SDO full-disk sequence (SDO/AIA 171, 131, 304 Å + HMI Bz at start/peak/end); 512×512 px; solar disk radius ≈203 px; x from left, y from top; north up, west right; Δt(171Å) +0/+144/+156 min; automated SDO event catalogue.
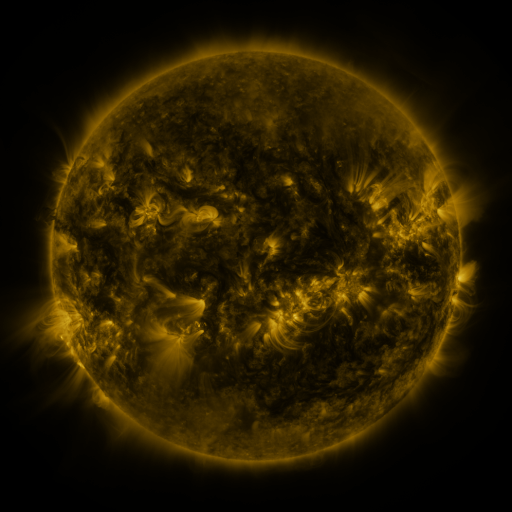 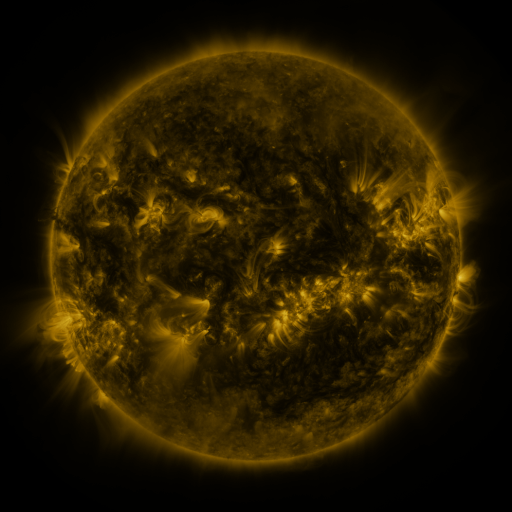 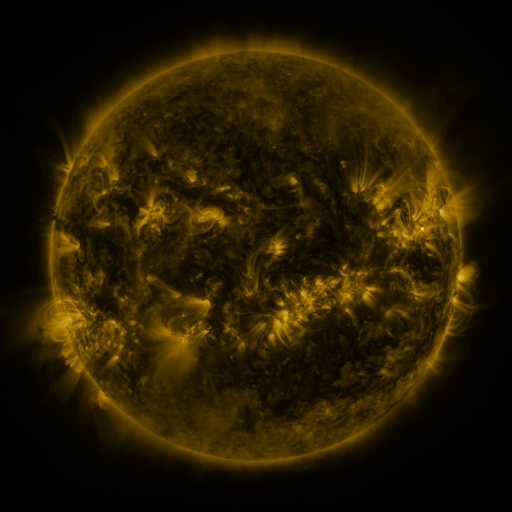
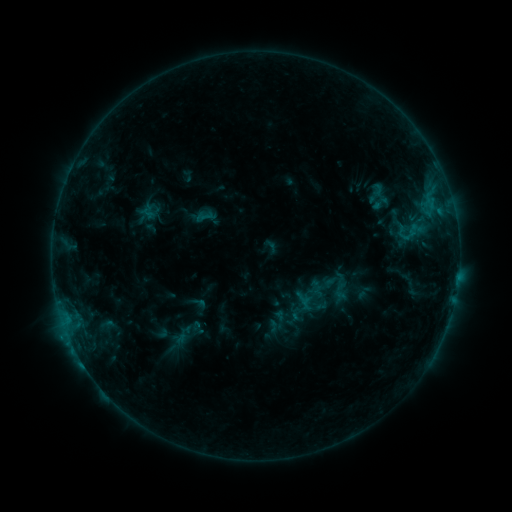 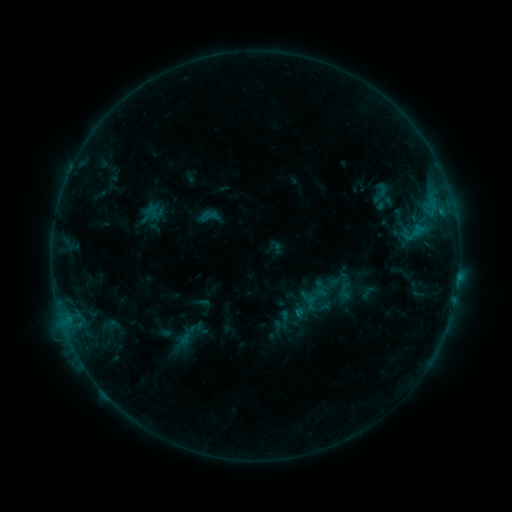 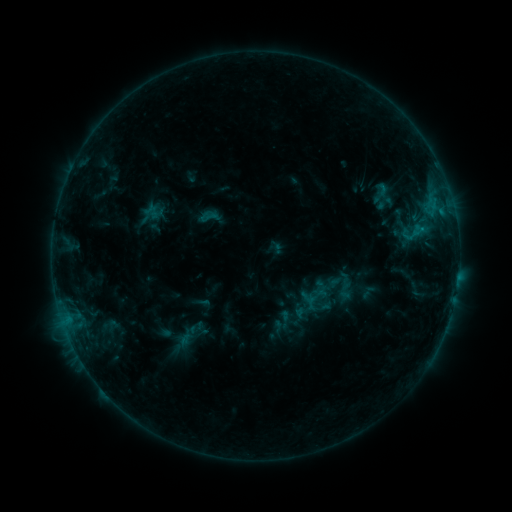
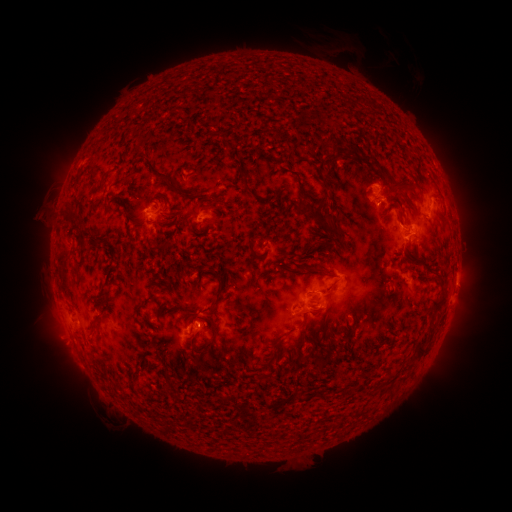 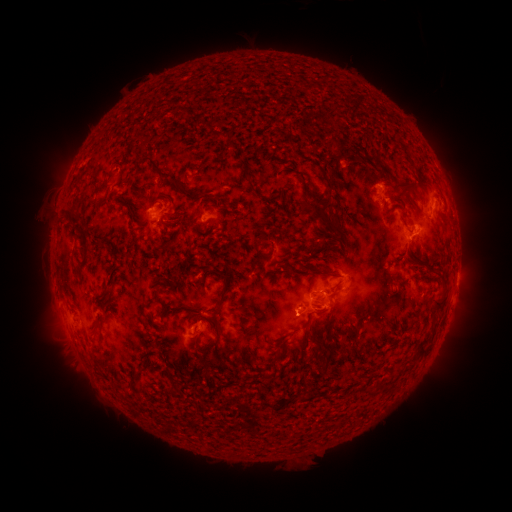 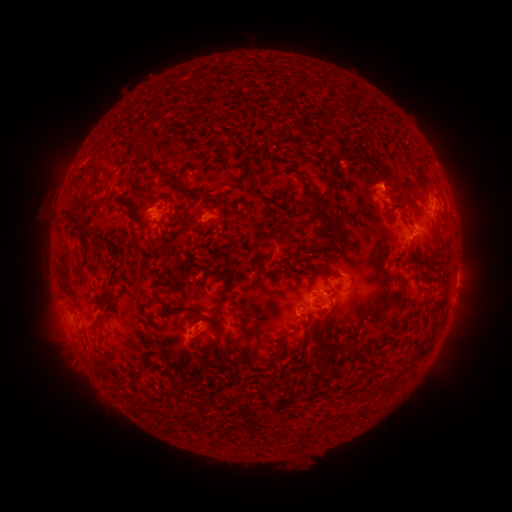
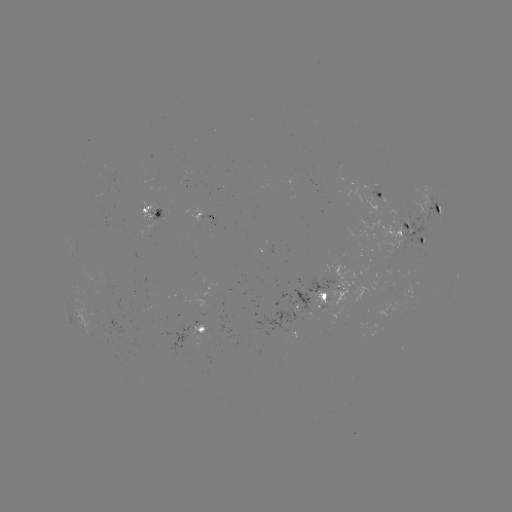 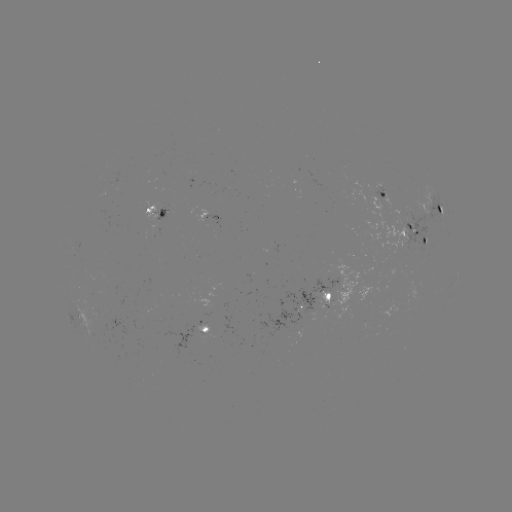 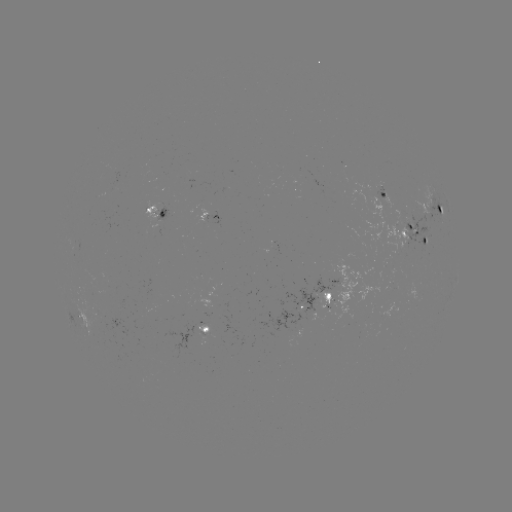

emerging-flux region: (81, 302, 99, 313)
